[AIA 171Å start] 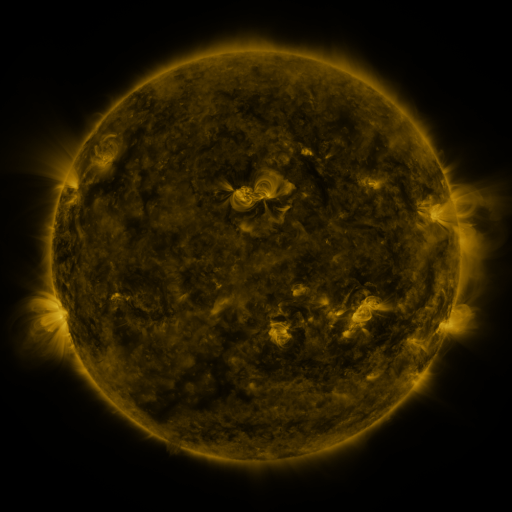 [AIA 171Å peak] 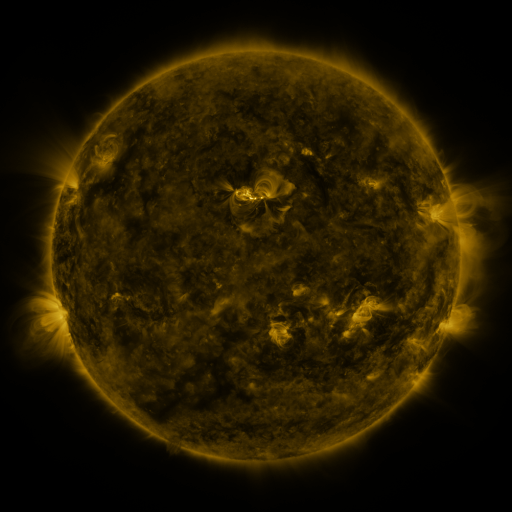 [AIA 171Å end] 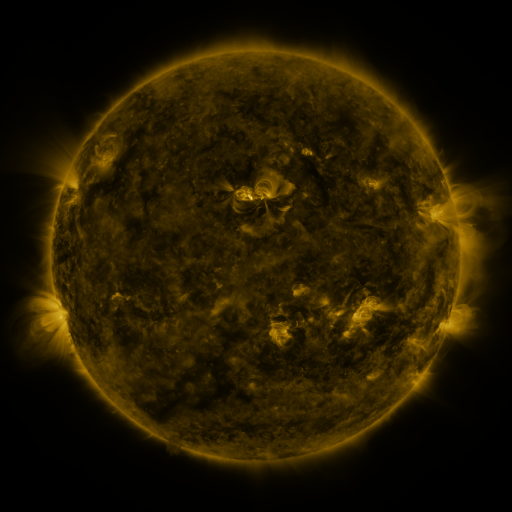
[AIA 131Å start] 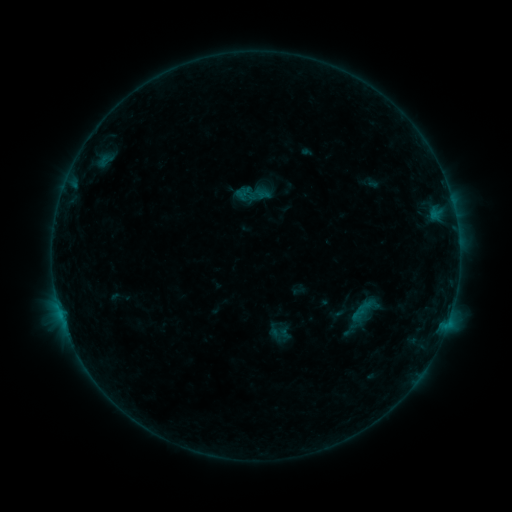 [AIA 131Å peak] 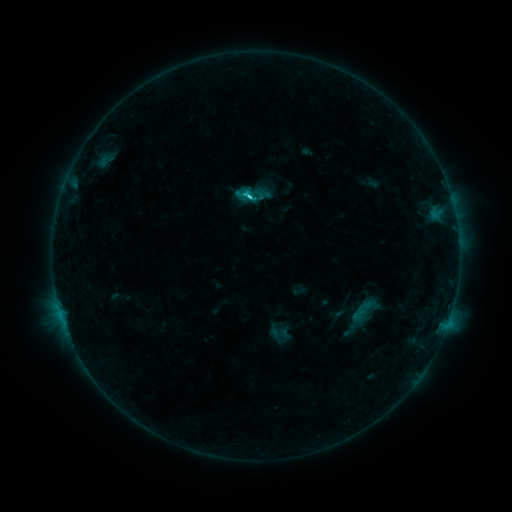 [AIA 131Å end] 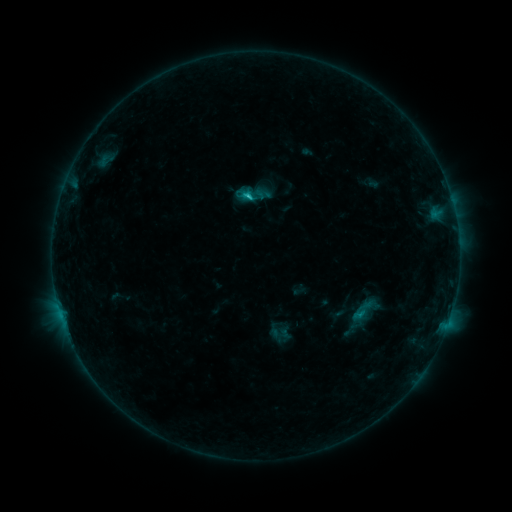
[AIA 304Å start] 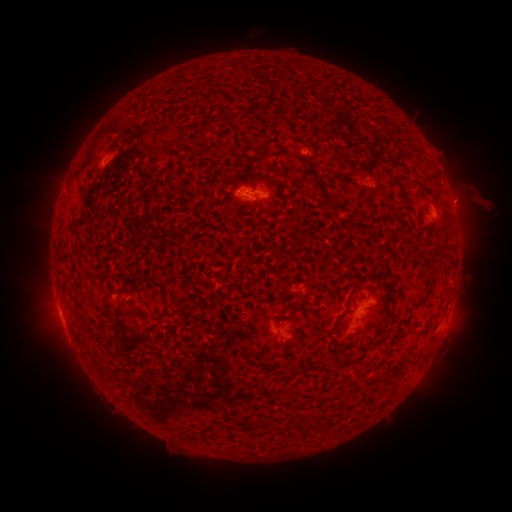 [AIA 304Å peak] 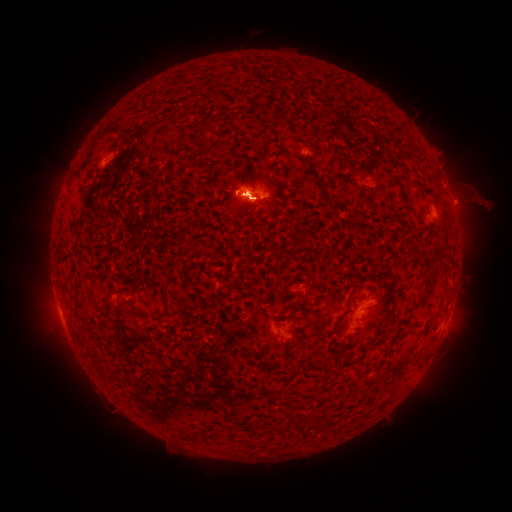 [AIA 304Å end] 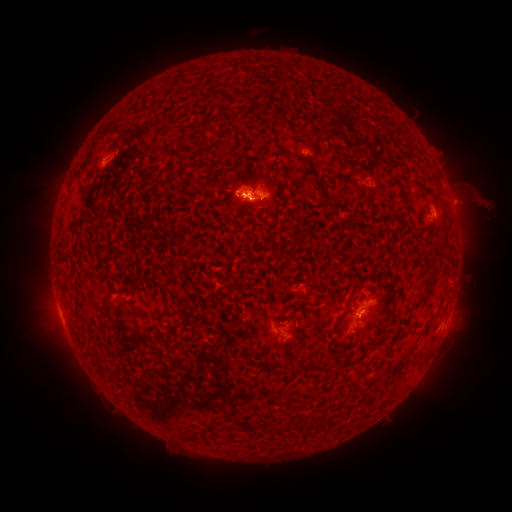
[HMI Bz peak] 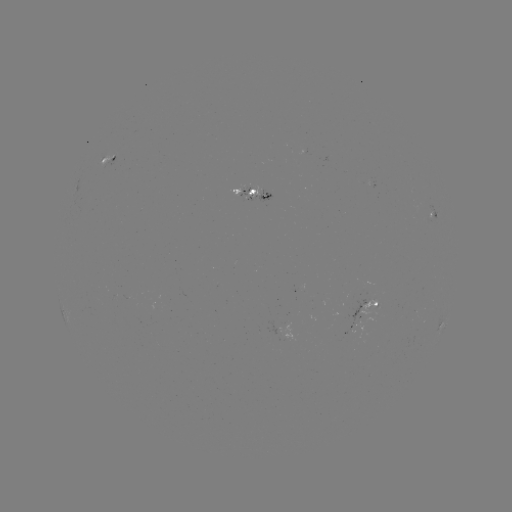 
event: eruption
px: (52, 327)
